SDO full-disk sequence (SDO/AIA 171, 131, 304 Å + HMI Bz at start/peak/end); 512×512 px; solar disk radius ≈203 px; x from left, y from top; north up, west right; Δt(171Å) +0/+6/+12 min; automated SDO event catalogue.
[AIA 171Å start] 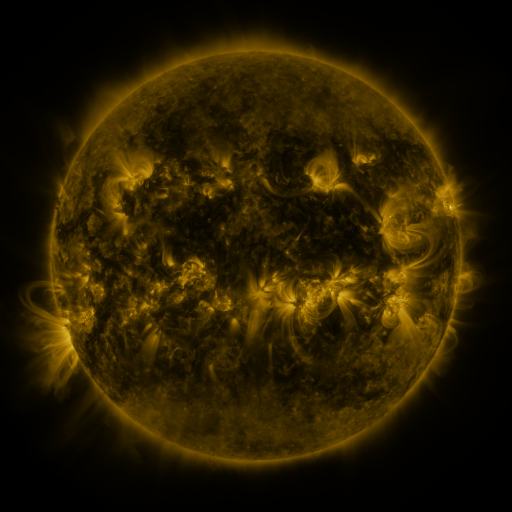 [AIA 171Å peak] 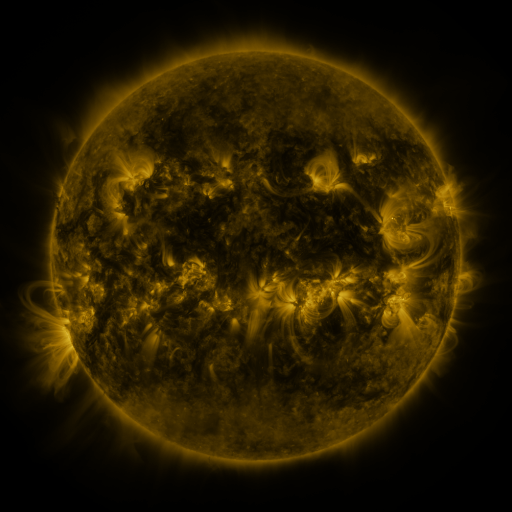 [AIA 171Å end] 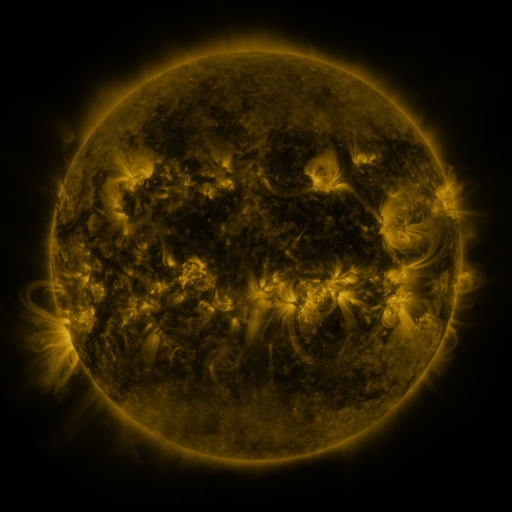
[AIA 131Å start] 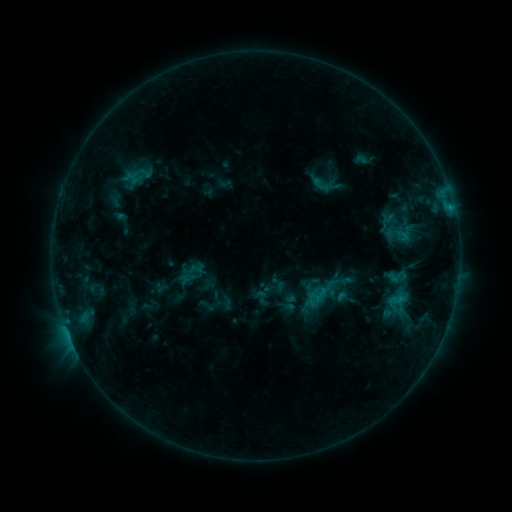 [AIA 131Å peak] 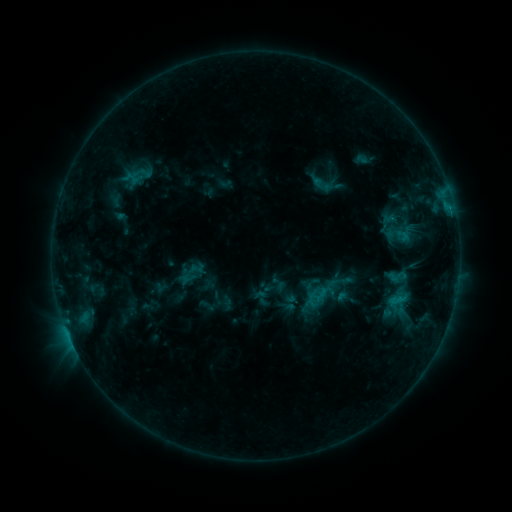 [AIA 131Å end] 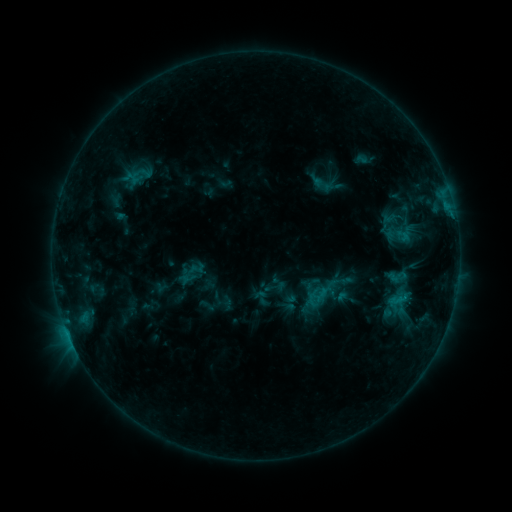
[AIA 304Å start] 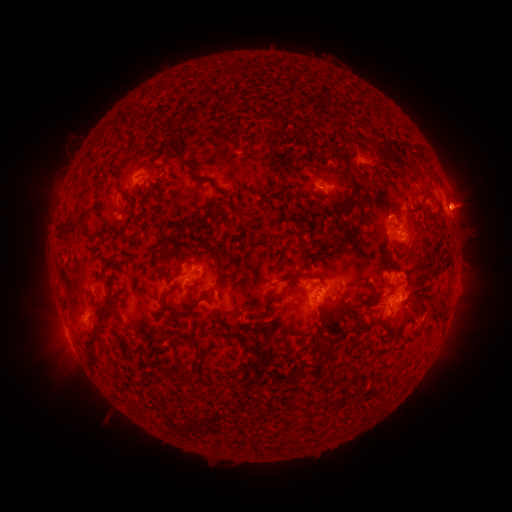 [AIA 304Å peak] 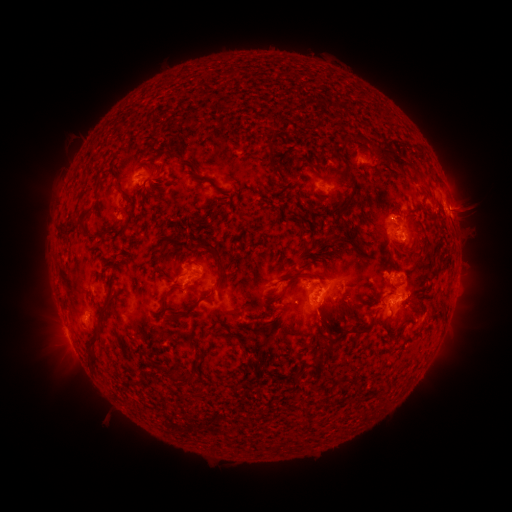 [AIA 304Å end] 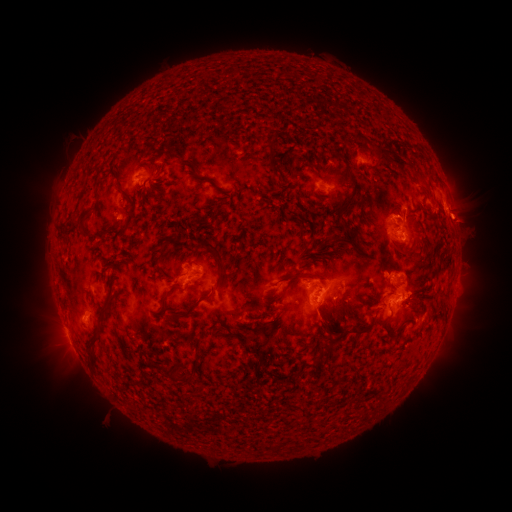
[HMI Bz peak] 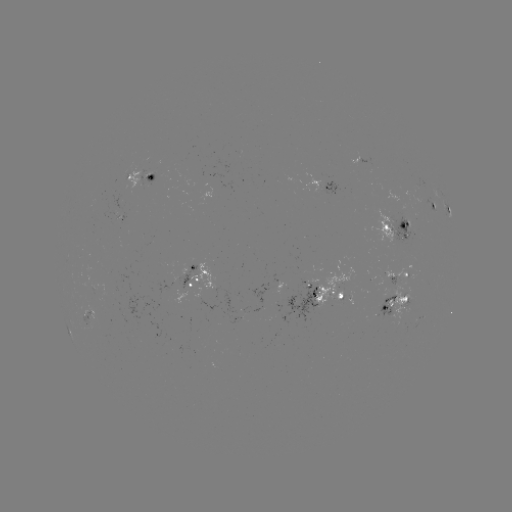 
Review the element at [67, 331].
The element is C1.0 flare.